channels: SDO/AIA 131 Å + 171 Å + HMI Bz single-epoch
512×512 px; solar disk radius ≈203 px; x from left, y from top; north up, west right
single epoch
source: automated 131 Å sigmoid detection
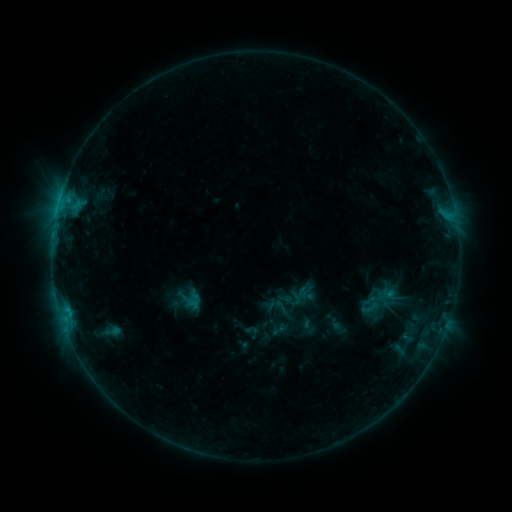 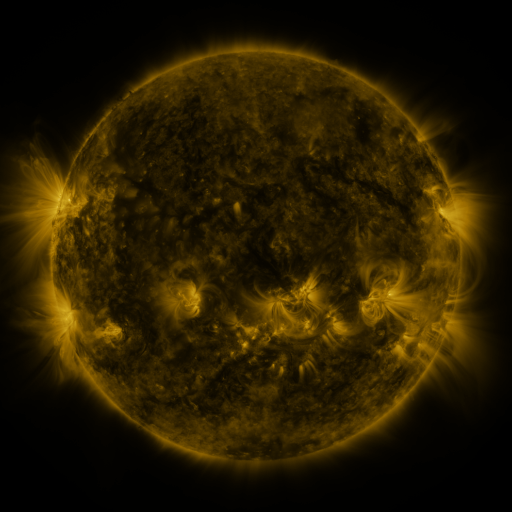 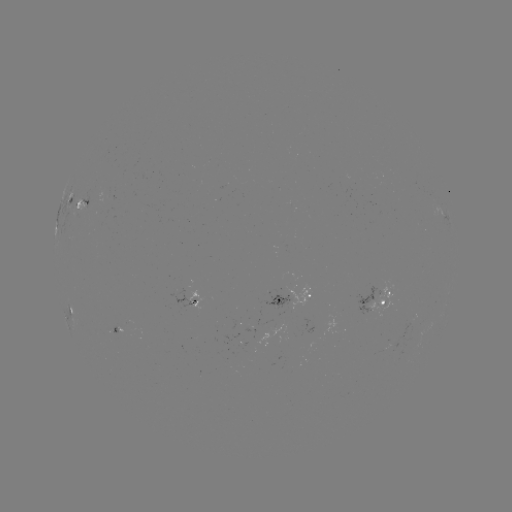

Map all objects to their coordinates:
sigmoid: [357, 276, 403, 323]
sigmoid: [360, 298, 380, 317]
